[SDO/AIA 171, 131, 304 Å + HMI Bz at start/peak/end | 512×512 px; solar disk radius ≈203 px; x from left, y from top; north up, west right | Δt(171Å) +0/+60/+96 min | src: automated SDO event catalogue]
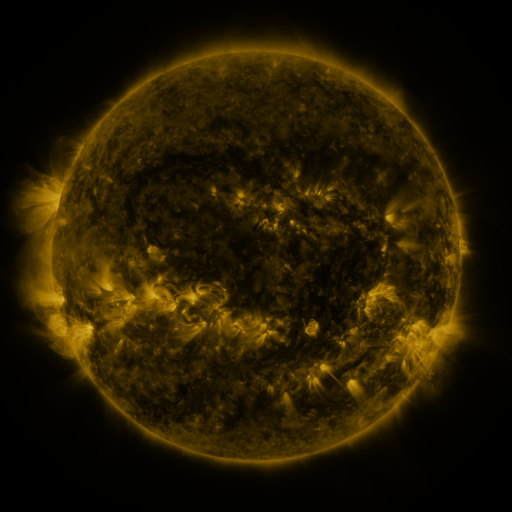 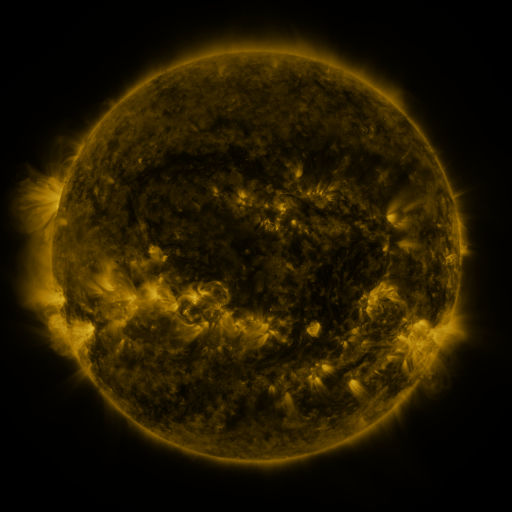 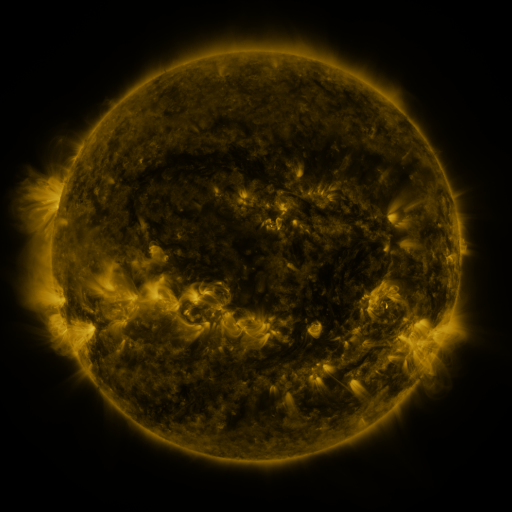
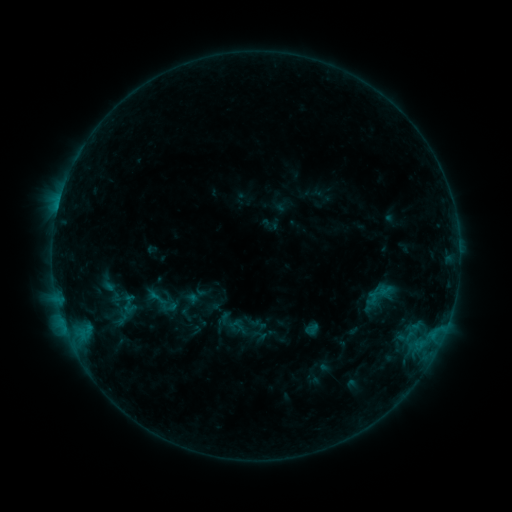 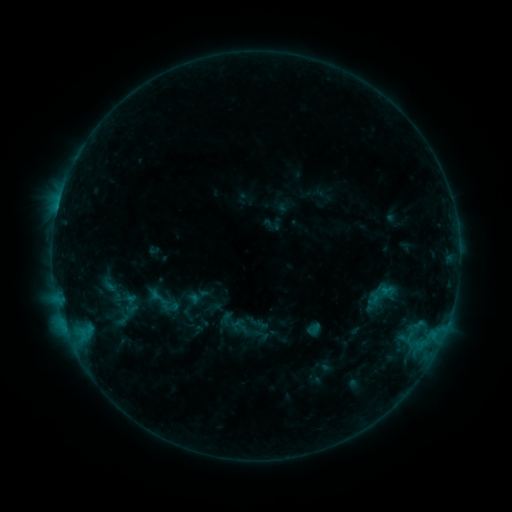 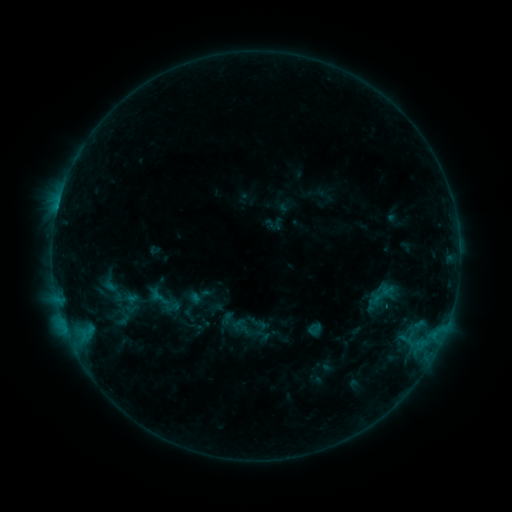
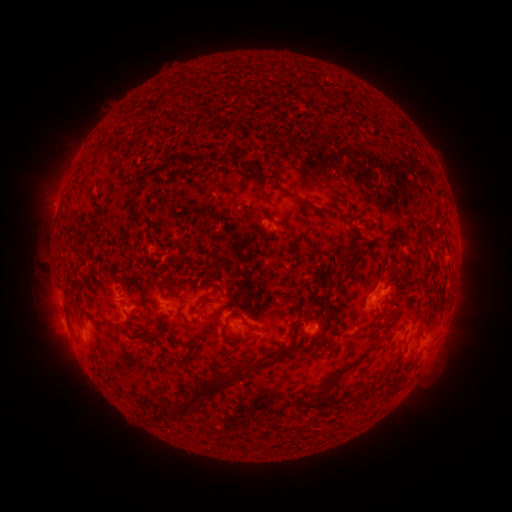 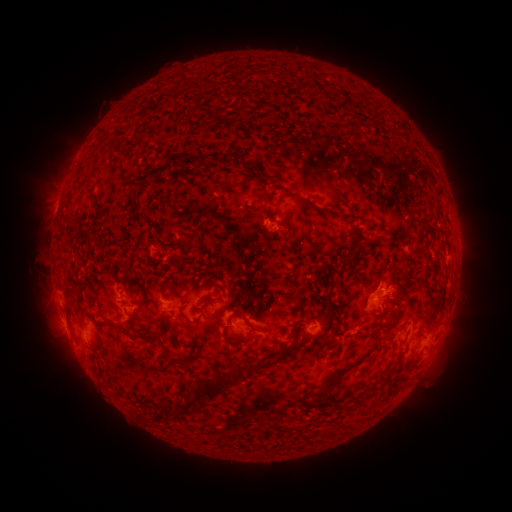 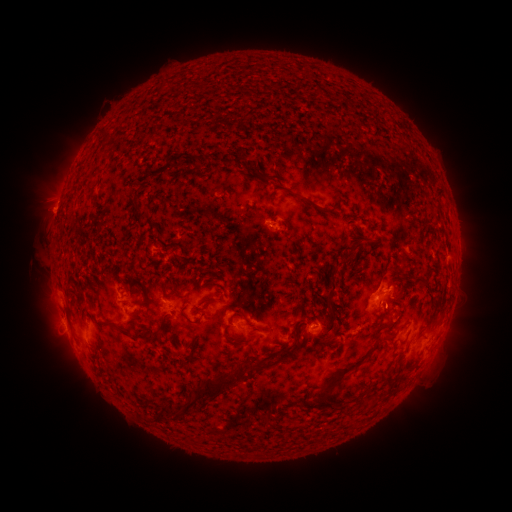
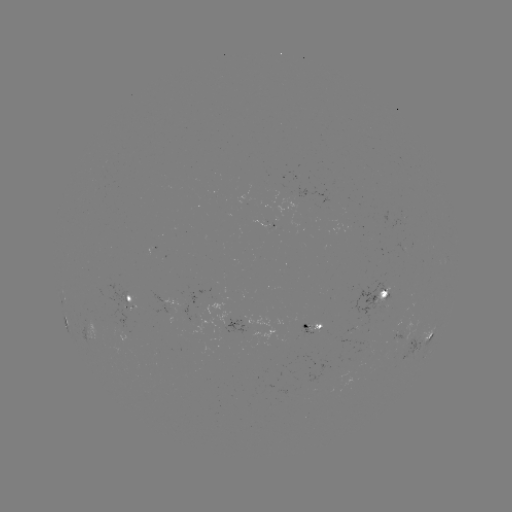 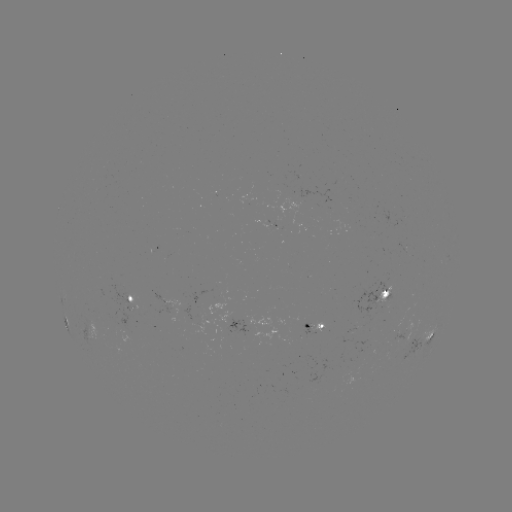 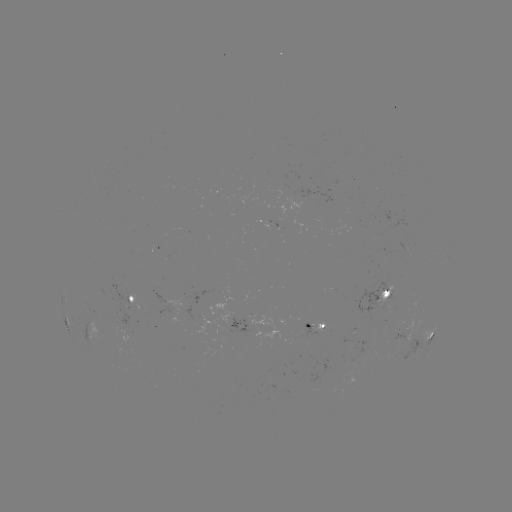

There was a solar emerging-flux region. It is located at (99, 289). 